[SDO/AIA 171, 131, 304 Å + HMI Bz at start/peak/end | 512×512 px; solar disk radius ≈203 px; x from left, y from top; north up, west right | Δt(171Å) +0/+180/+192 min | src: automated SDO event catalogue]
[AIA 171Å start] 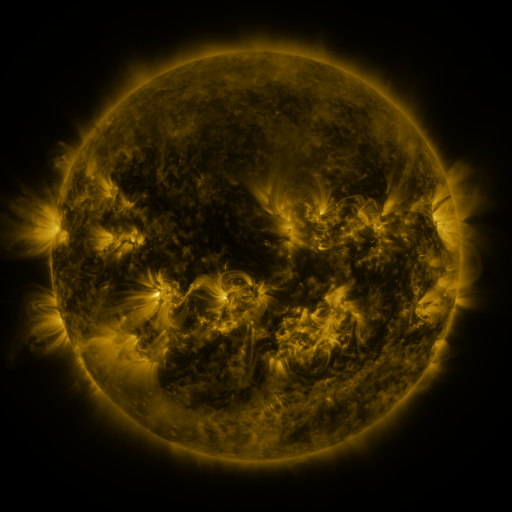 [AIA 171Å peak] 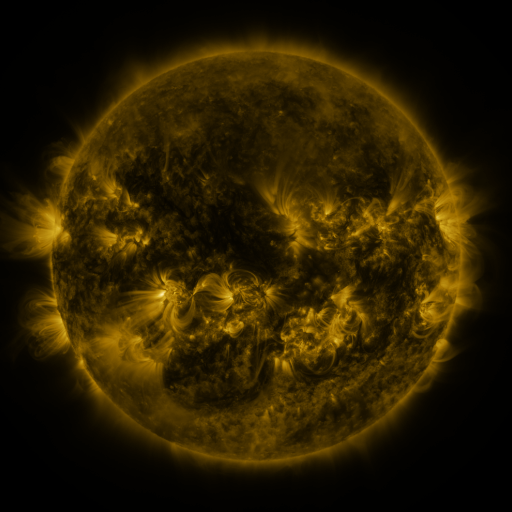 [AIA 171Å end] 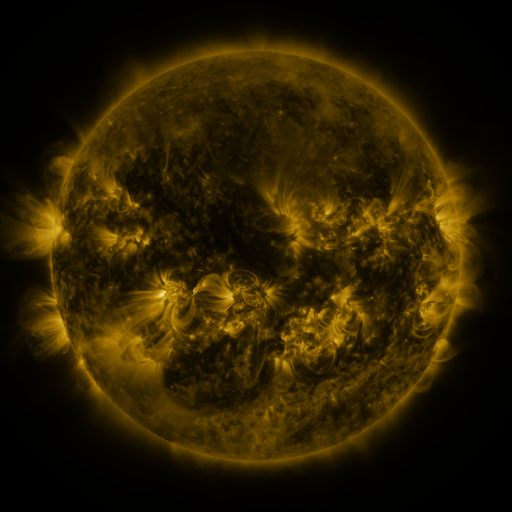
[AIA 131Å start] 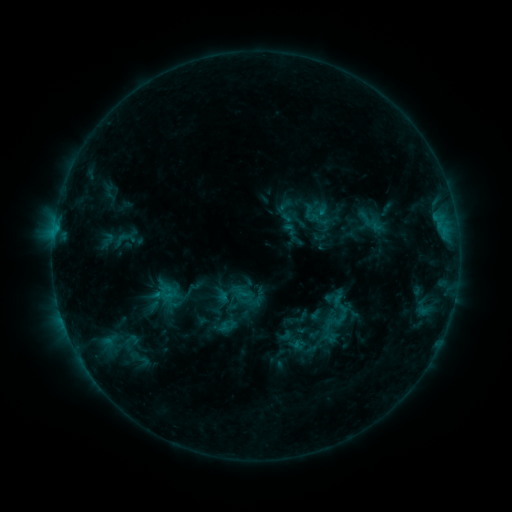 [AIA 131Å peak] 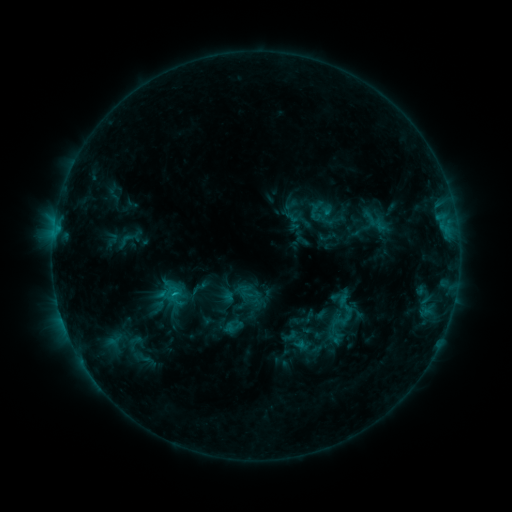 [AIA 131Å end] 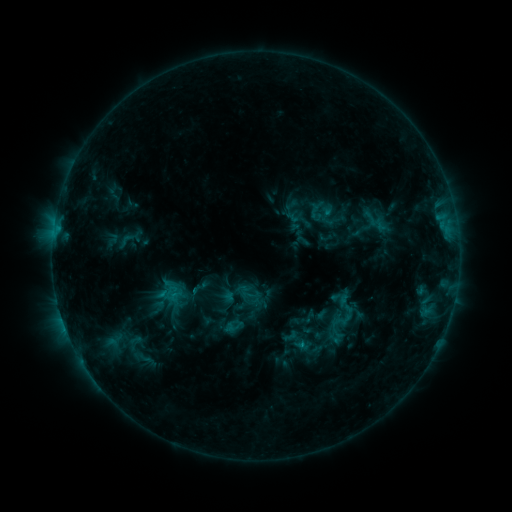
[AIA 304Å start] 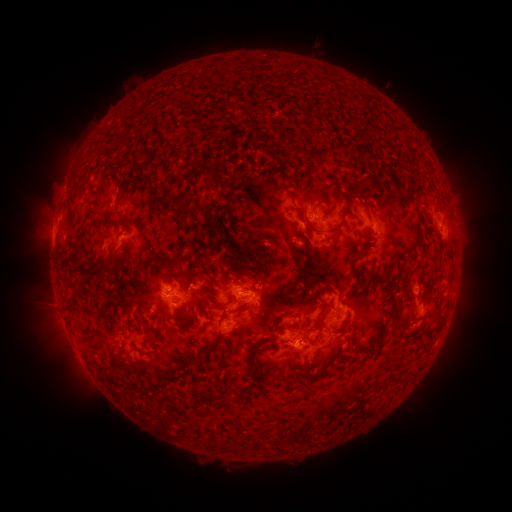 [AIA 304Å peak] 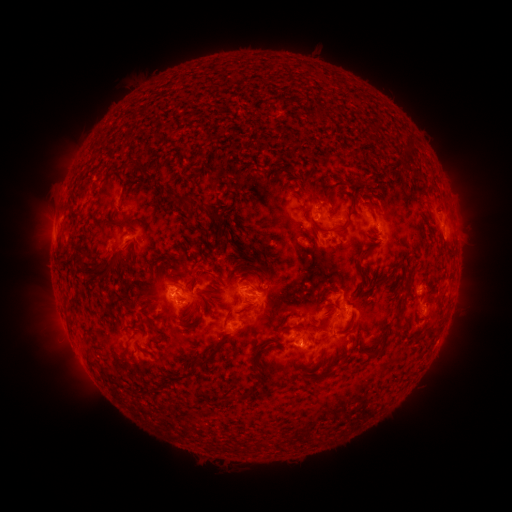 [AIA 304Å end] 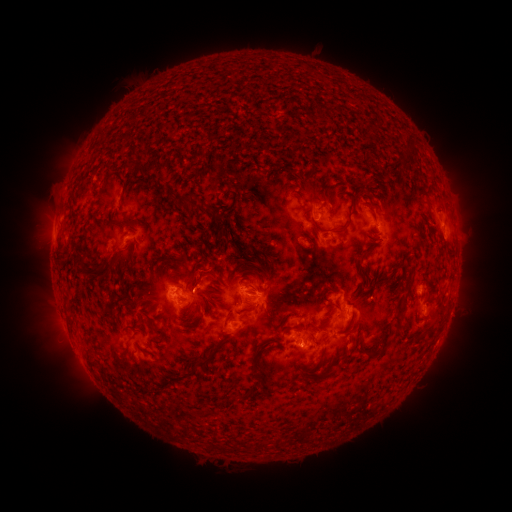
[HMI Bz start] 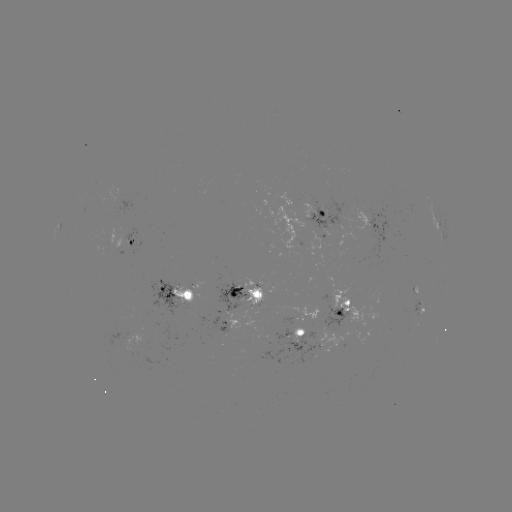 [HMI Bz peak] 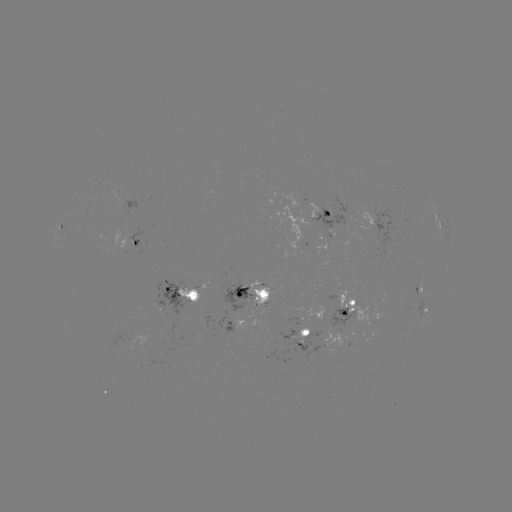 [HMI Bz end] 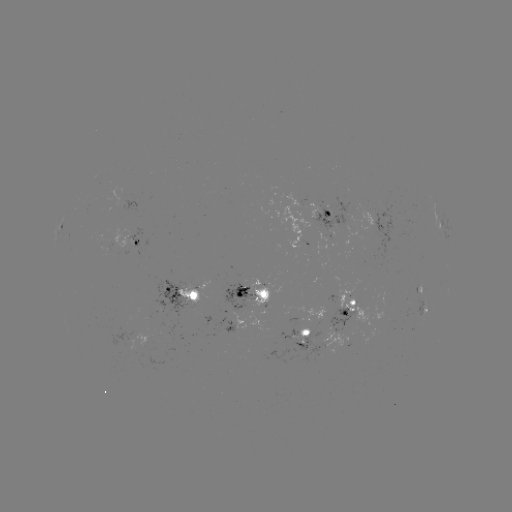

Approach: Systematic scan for emerging-flux region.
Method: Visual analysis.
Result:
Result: emerging-flux region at (160, 305).